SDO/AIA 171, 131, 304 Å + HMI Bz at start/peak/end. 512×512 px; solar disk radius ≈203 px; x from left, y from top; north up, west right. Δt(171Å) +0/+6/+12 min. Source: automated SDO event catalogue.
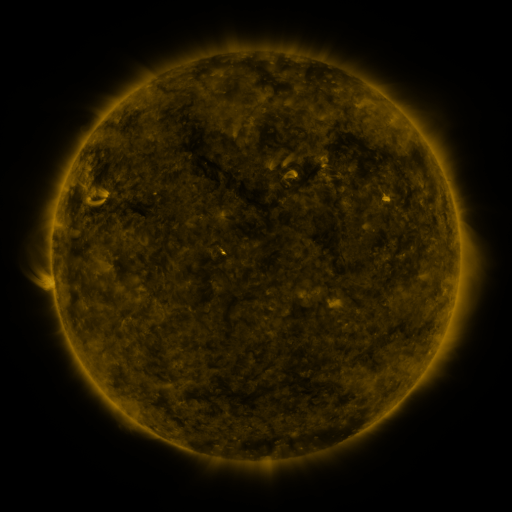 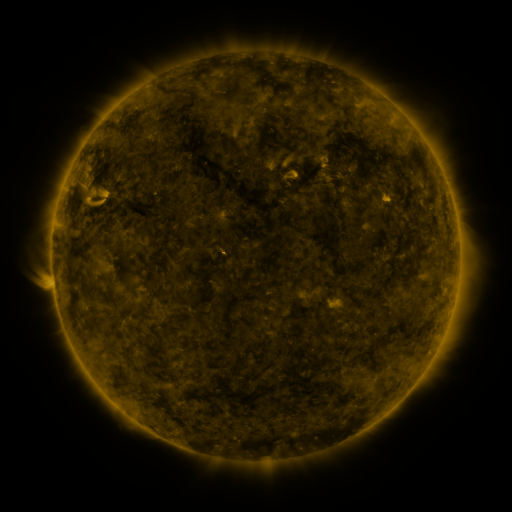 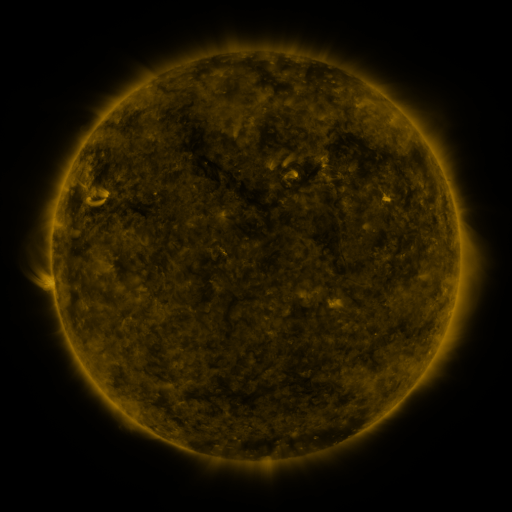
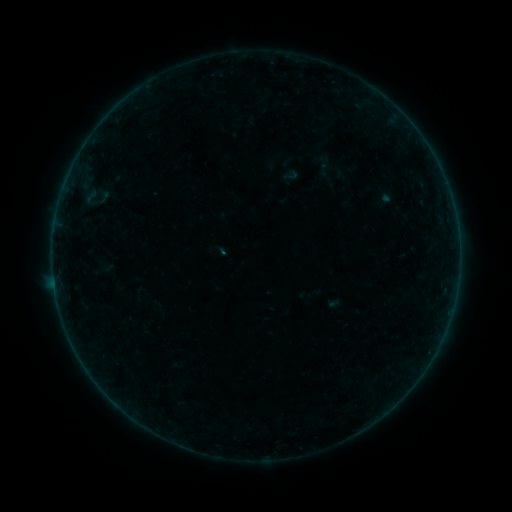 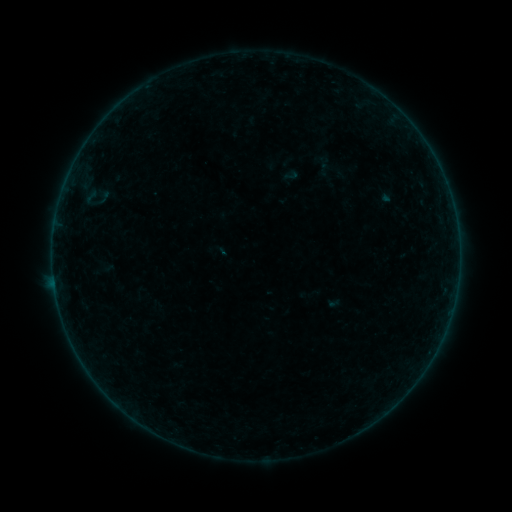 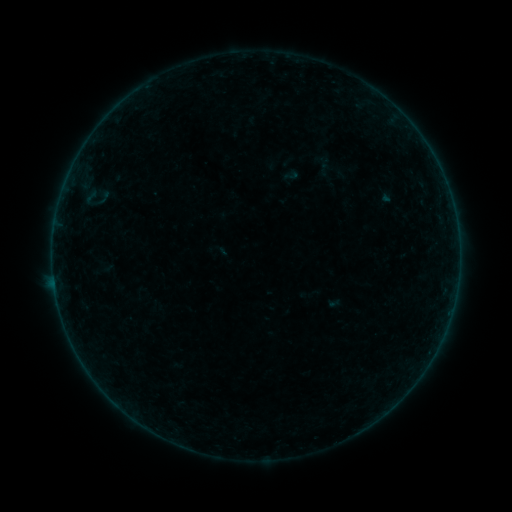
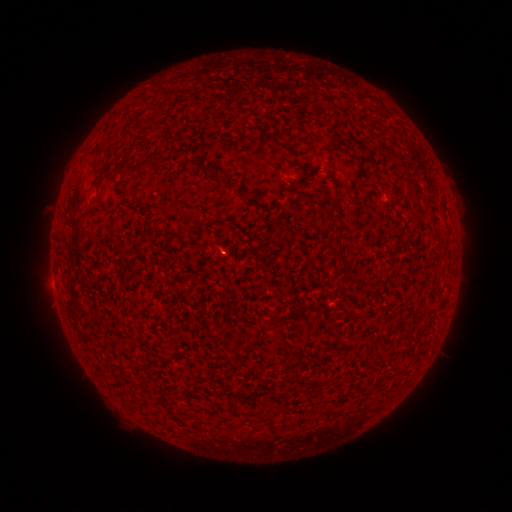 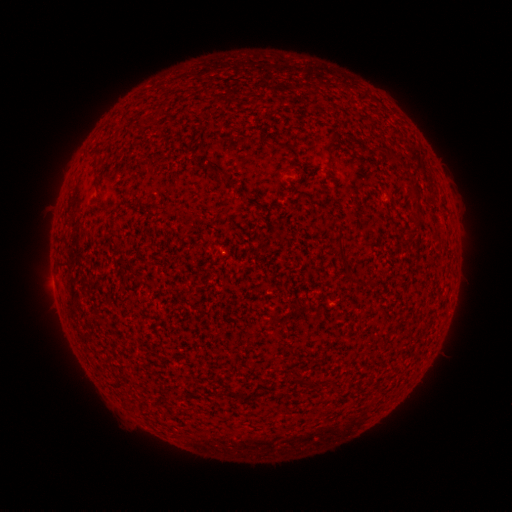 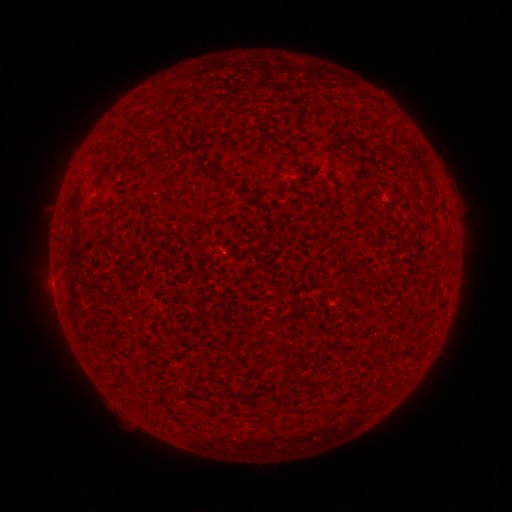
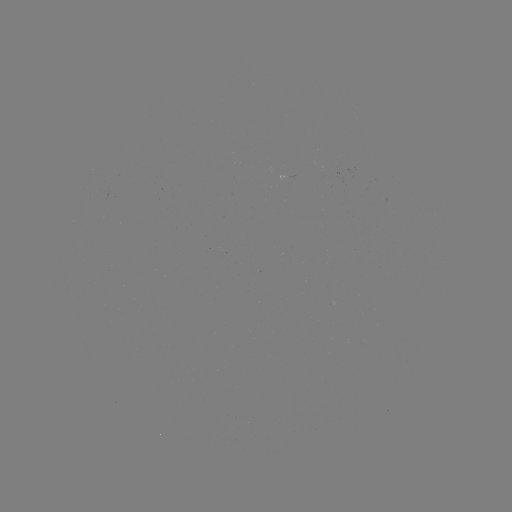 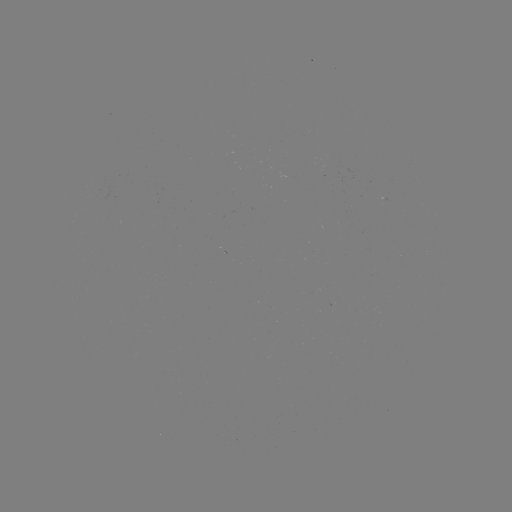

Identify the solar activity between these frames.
B2.6 flare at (450, 314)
